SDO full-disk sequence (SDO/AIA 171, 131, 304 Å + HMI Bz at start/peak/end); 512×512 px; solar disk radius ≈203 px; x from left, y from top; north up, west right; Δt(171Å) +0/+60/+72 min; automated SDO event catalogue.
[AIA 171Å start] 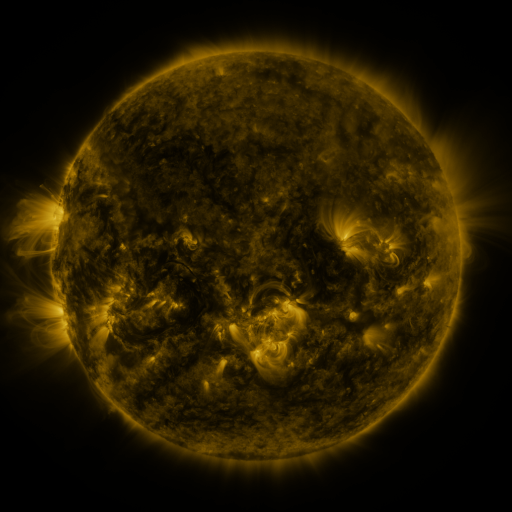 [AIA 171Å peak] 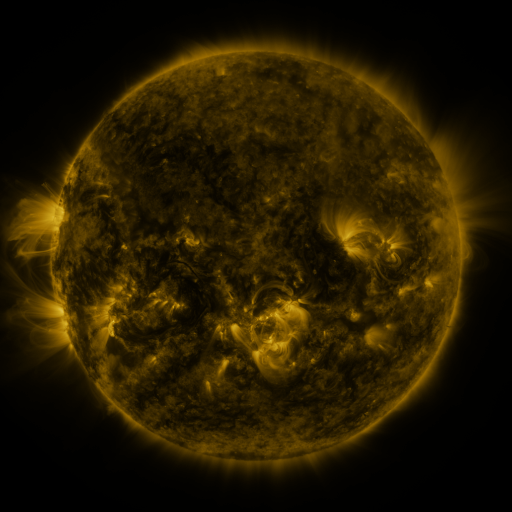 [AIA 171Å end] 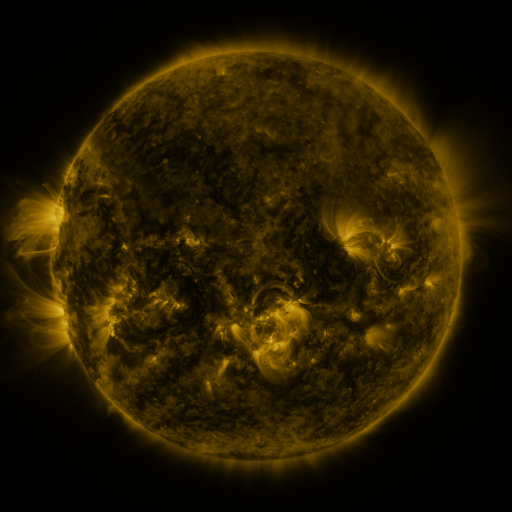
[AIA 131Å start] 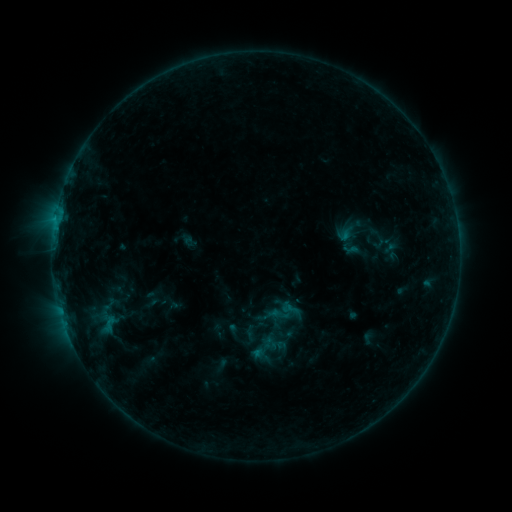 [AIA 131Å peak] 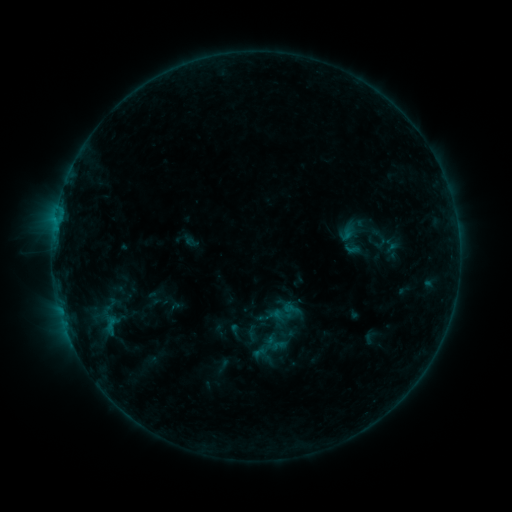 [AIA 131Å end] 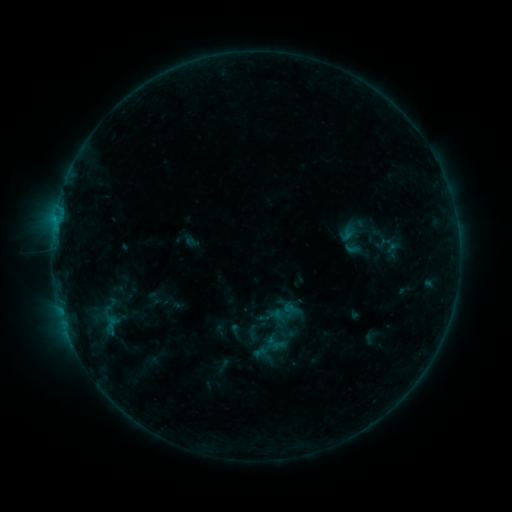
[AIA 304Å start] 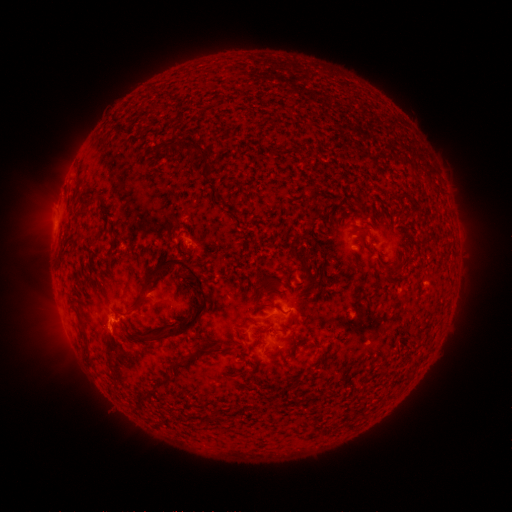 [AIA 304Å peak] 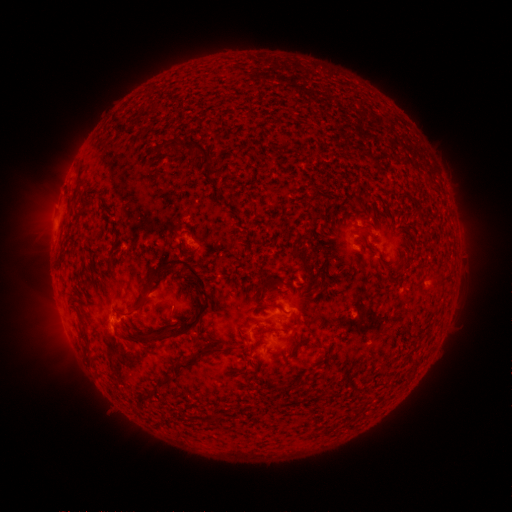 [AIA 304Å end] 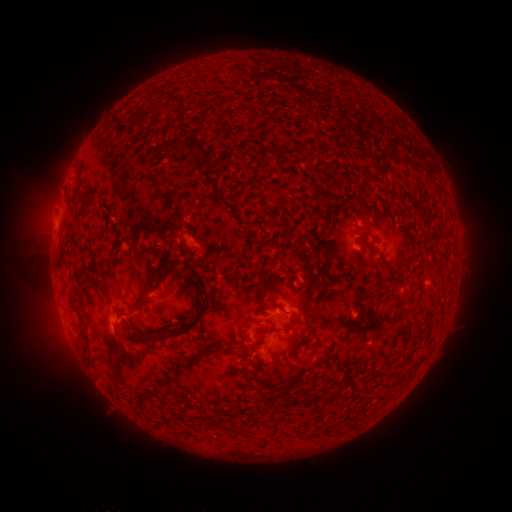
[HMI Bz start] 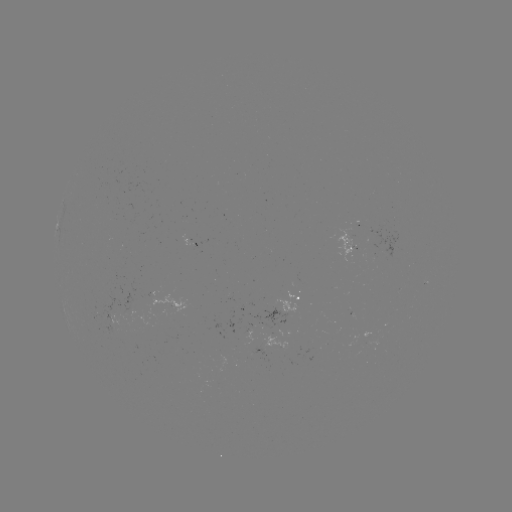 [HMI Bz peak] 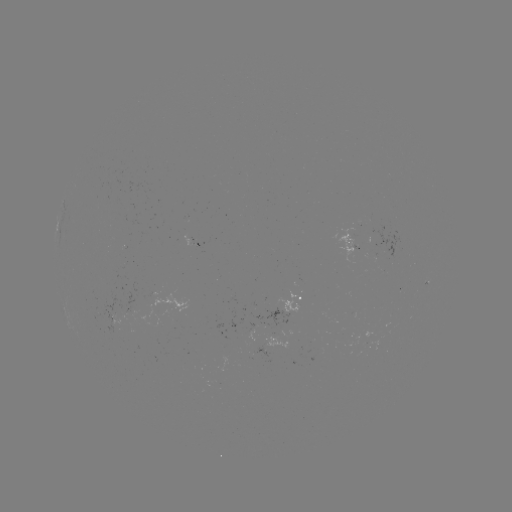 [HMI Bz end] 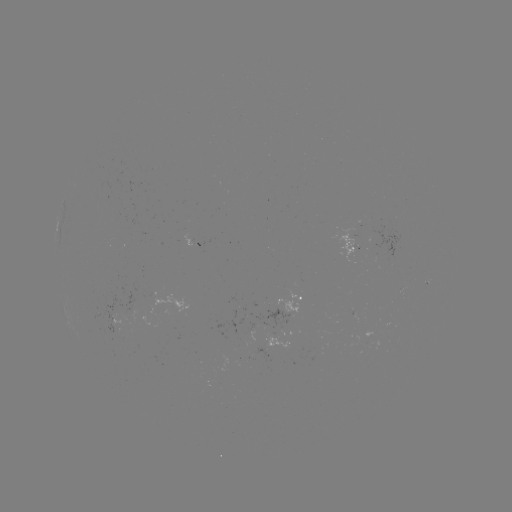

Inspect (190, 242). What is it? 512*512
emerging-flux region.